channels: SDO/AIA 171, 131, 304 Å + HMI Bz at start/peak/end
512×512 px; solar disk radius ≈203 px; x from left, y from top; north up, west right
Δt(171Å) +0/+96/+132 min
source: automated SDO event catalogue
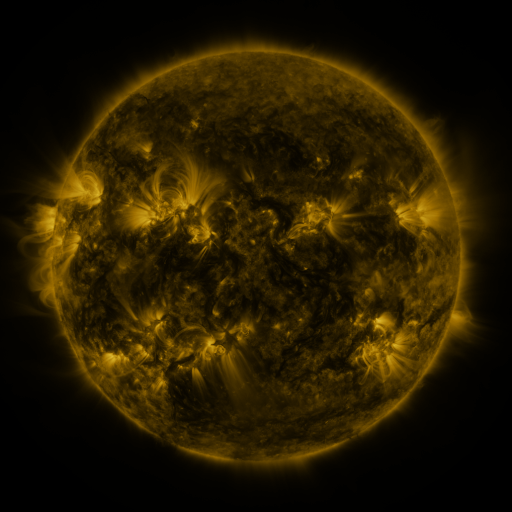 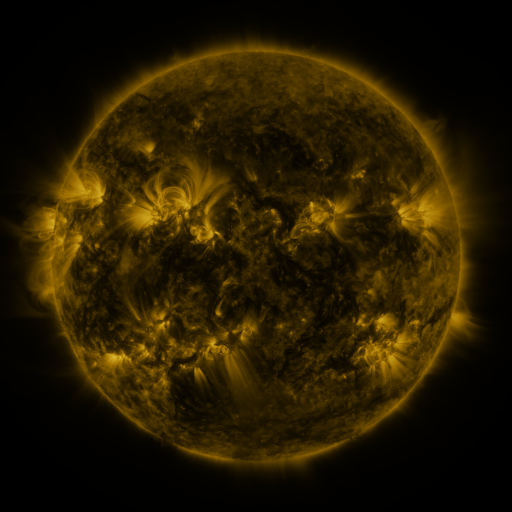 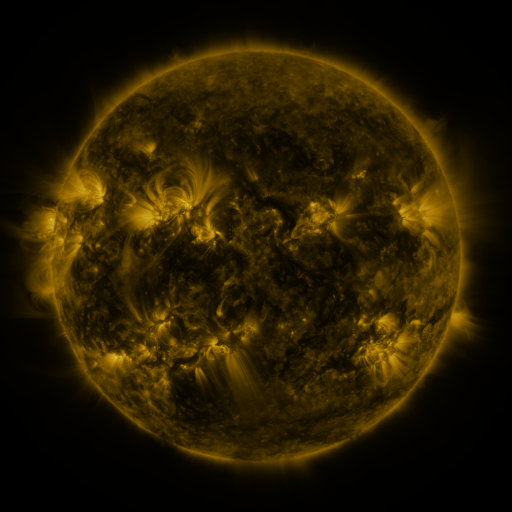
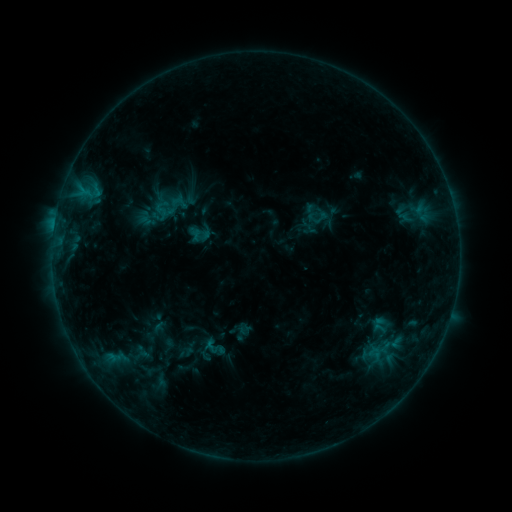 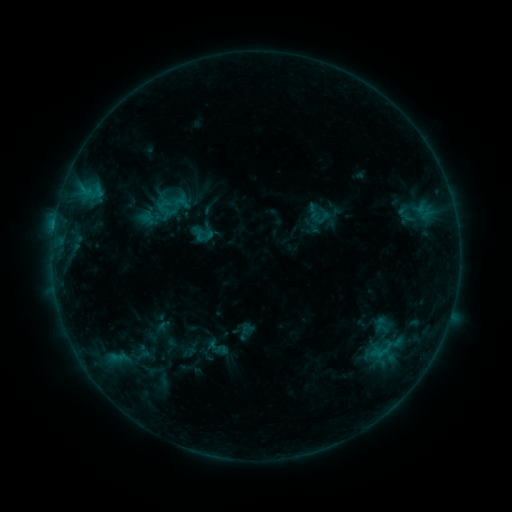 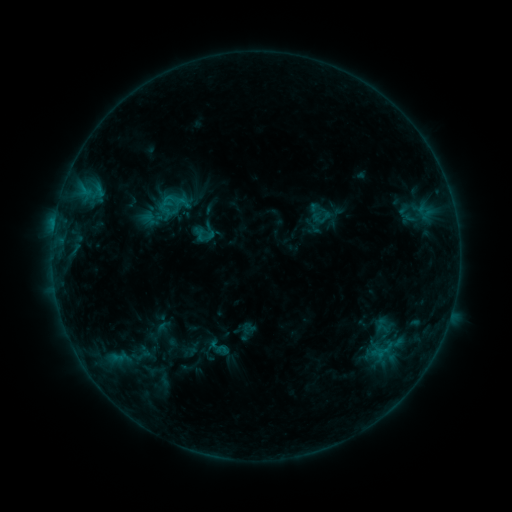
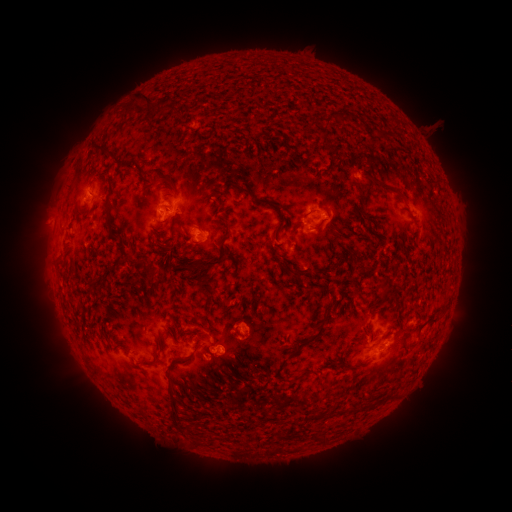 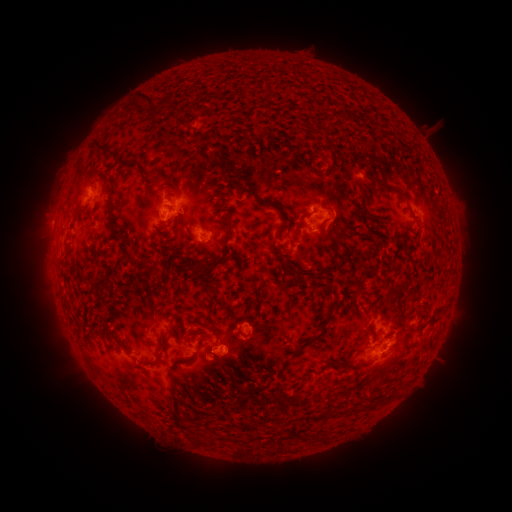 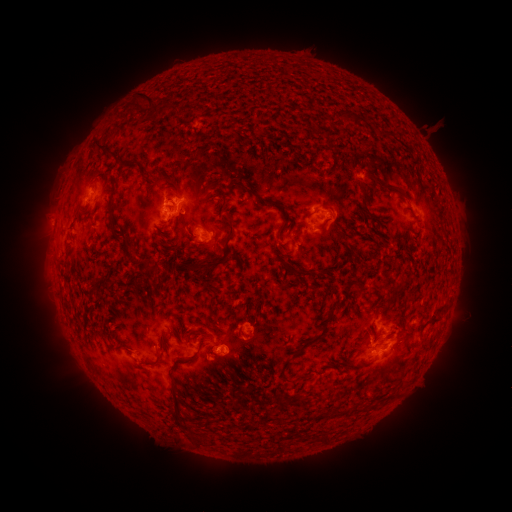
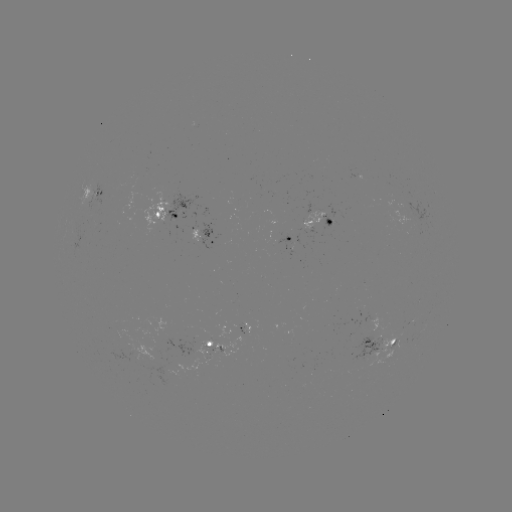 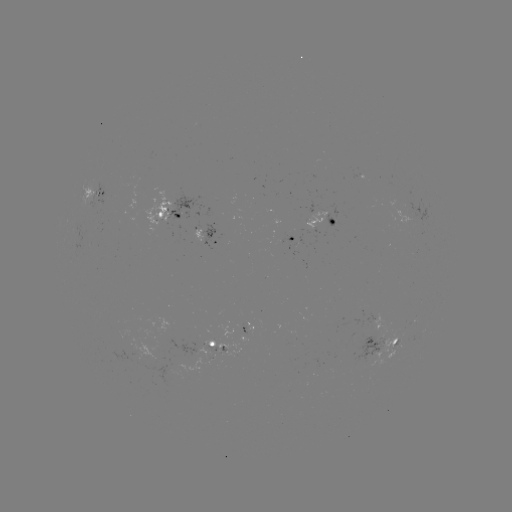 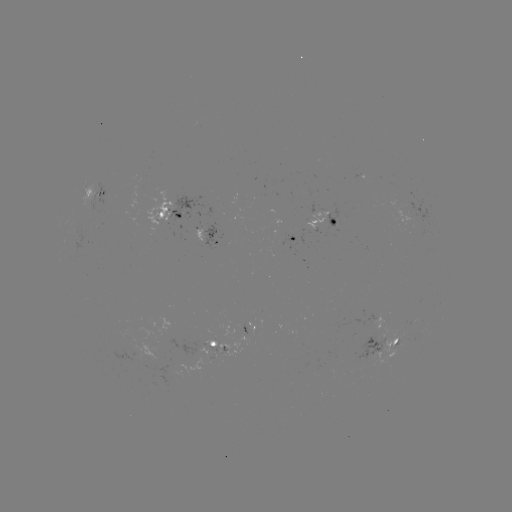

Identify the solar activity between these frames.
emerging-flux region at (212, 351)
